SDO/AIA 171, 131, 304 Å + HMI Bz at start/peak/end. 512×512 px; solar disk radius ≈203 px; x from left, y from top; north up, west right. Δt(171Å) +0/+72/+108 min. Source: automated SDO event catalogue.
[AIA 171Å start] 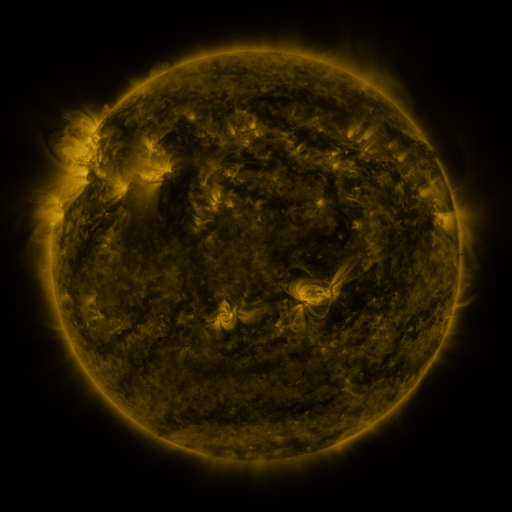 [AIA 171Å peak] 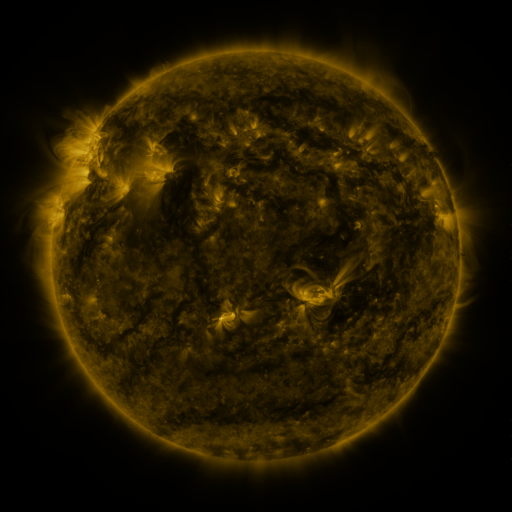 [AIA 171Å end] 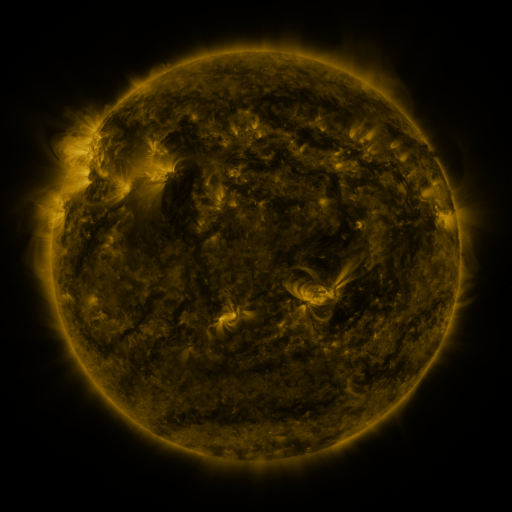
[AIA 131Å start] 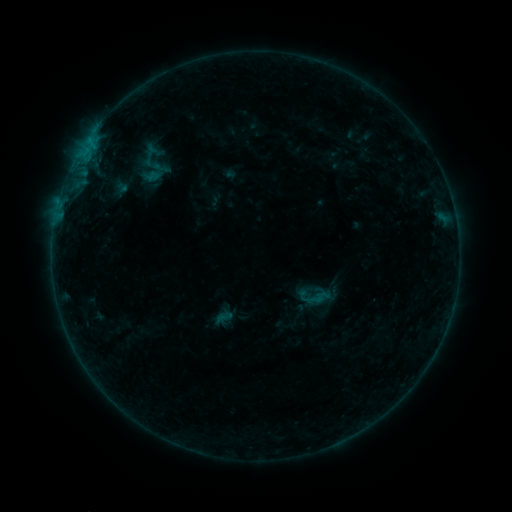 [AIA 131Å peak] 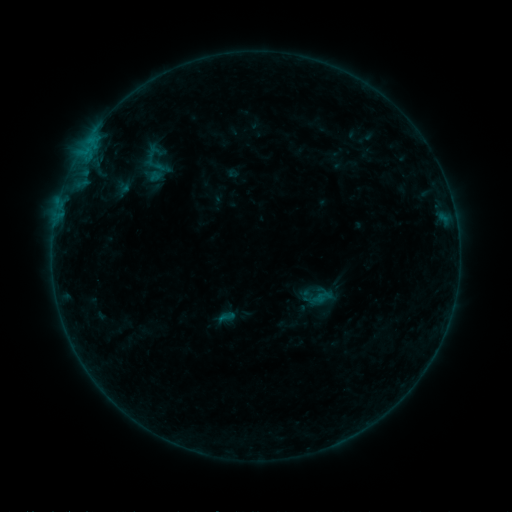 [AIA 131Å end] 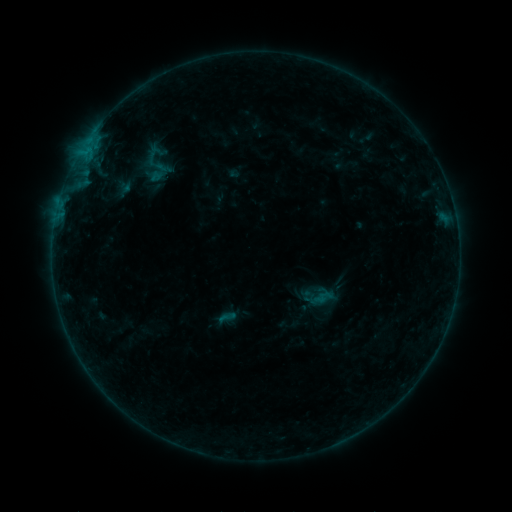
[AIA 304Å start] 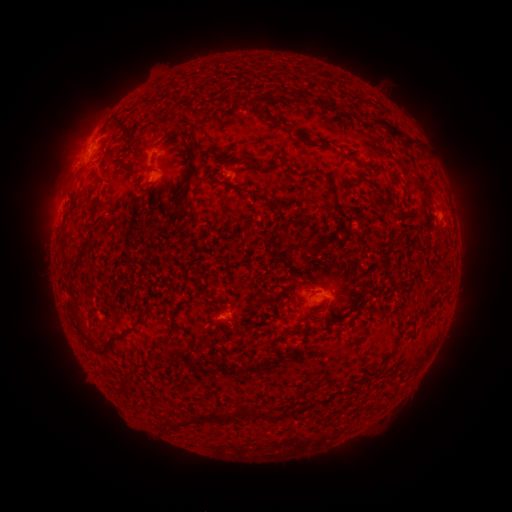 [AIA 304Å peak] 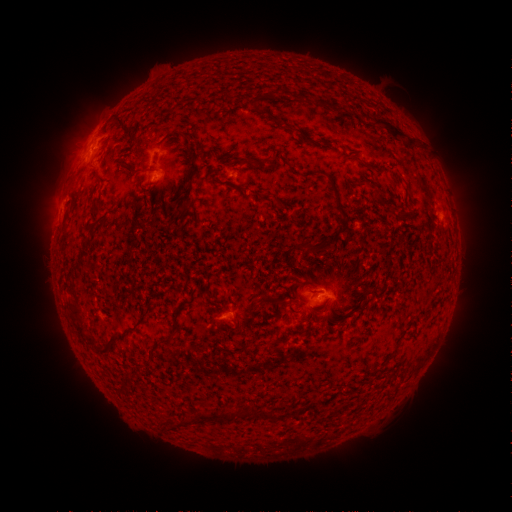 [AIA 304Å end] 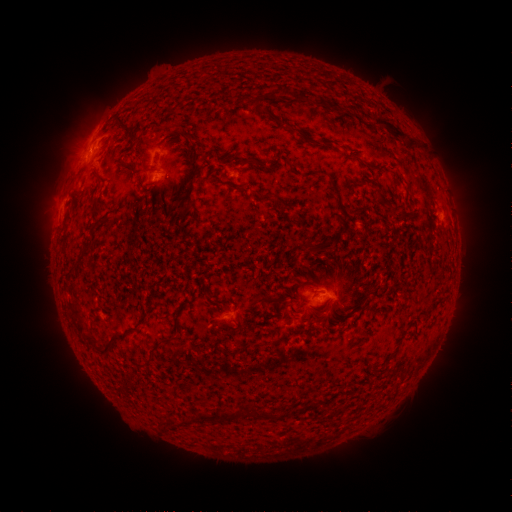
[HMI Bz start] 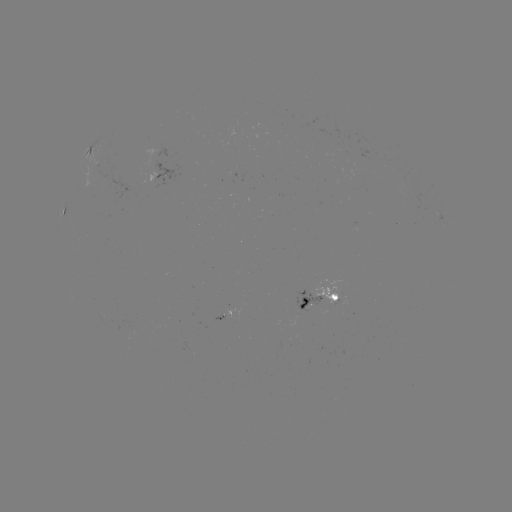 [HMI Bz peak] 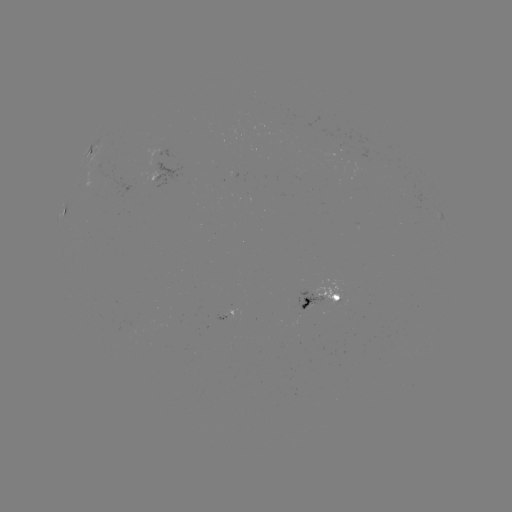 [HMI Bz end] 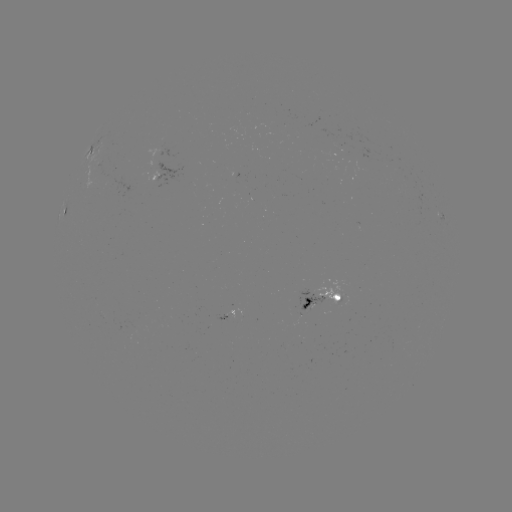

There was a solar emerging-flux region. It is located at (225, 319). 